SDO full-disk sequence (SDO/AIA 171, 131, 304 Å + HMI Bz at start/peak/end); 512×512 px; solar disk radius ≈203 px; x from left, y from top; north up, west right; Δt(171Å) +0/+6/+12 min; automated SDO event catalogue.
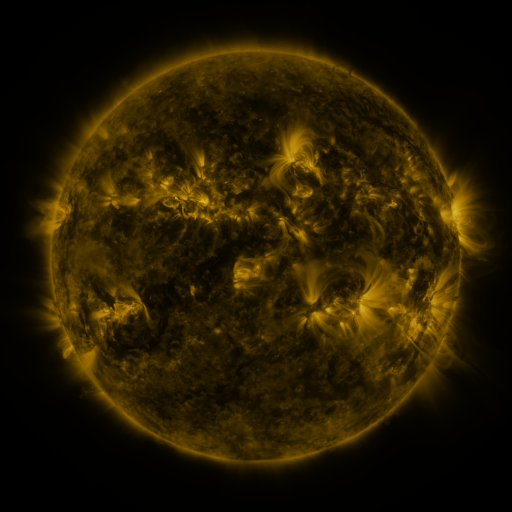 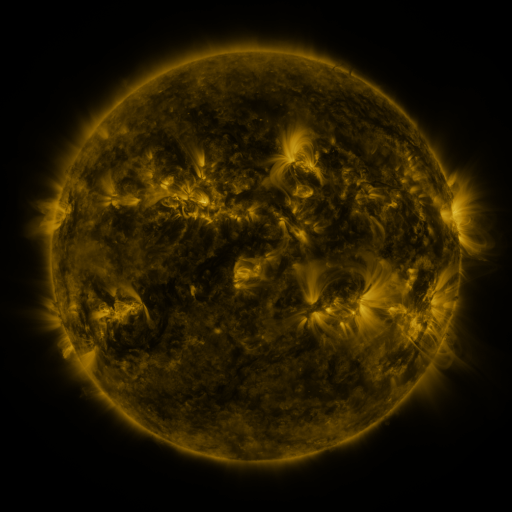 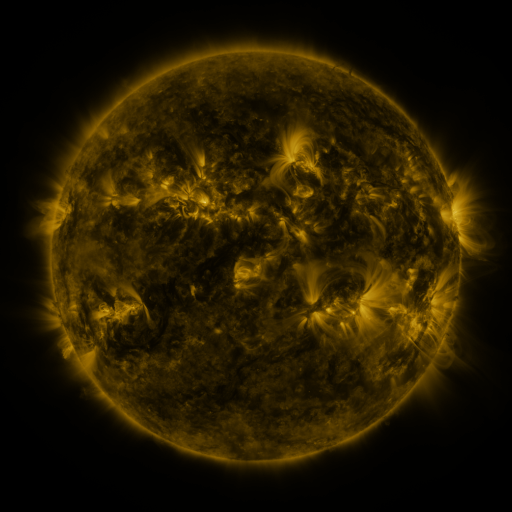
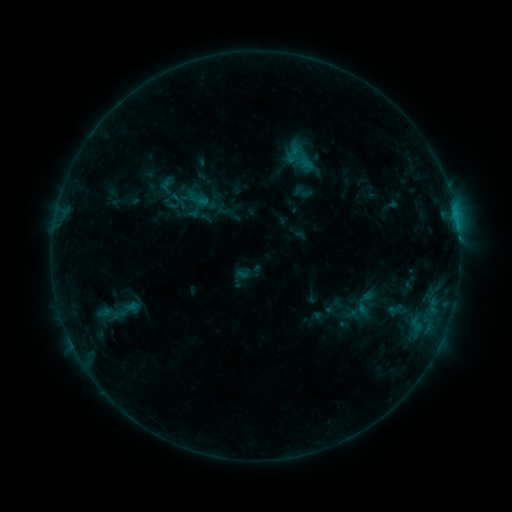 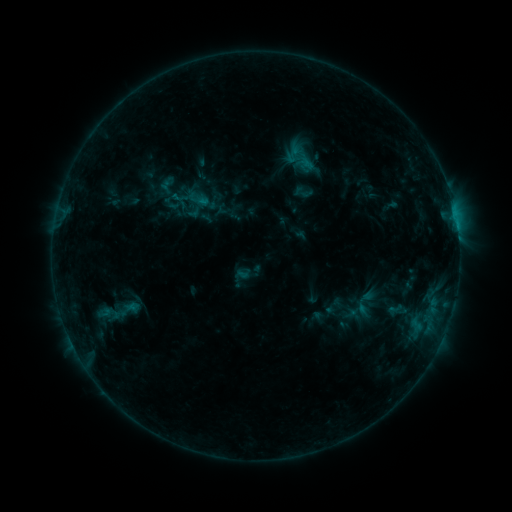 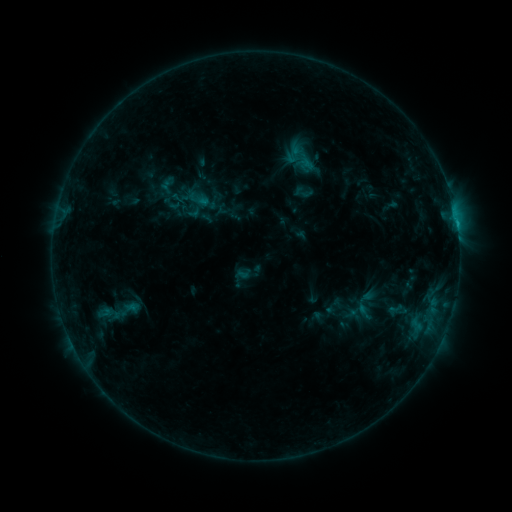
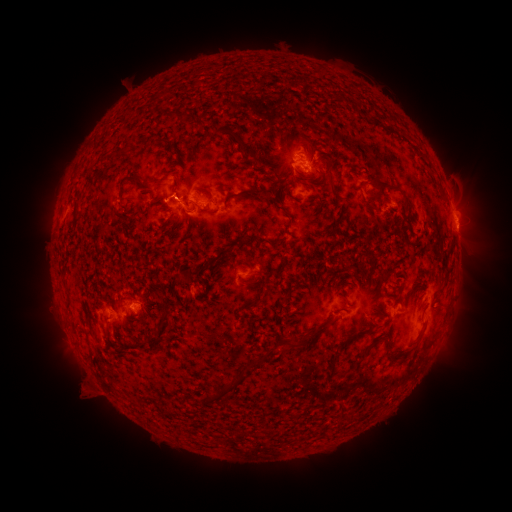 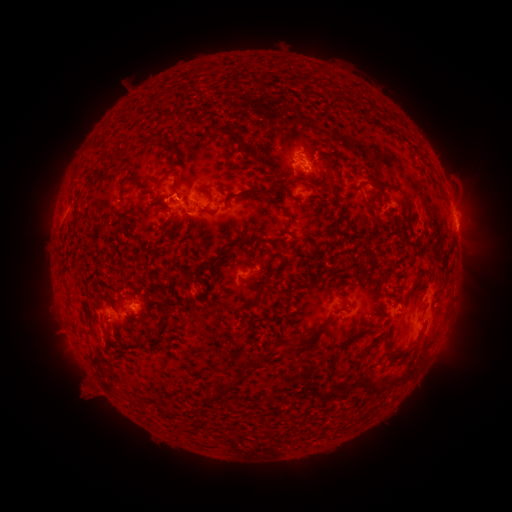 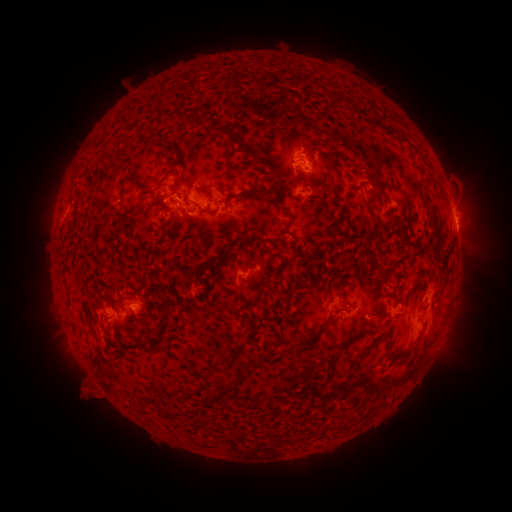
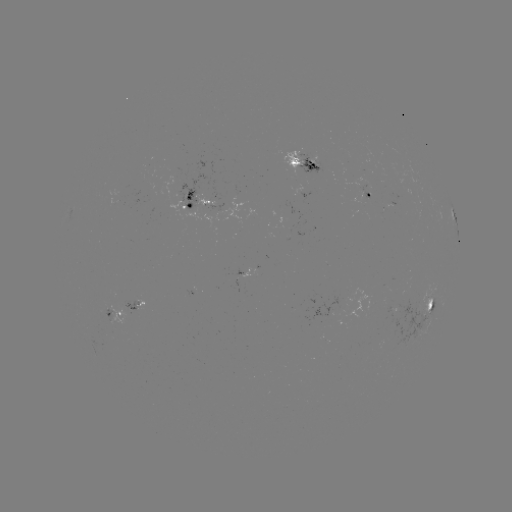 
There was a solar flare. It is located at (456, 223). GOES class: C1.1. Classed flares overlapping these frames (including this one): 1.